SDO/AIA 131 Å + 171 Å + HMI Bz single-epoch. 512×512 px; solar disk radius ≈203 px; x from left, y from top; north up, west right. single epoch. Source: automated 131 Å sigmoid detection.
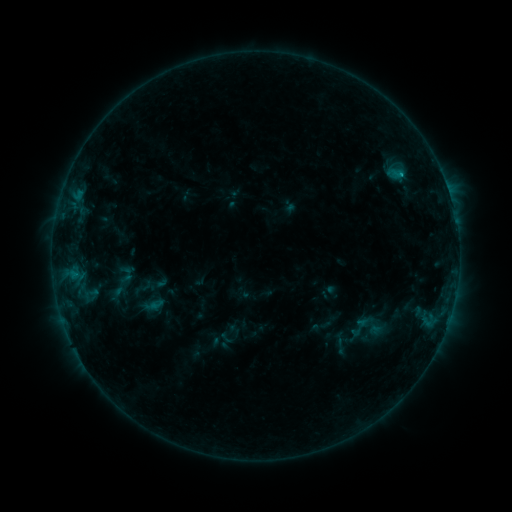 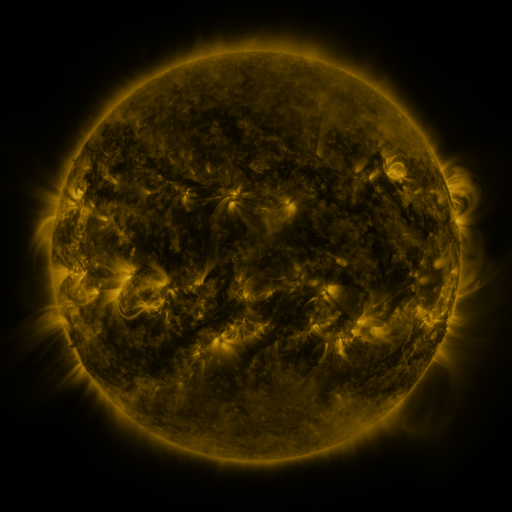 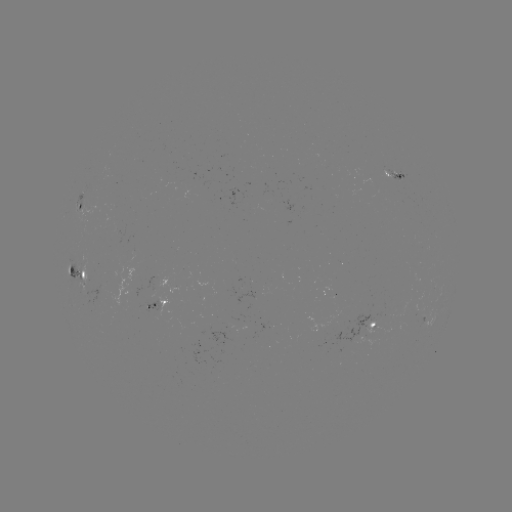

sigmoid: (345, 304, 389, 352)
